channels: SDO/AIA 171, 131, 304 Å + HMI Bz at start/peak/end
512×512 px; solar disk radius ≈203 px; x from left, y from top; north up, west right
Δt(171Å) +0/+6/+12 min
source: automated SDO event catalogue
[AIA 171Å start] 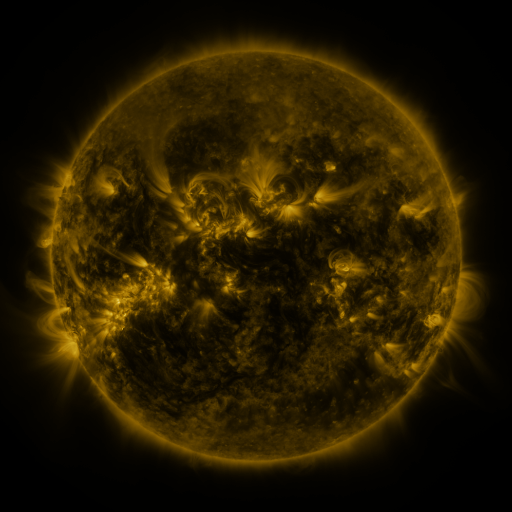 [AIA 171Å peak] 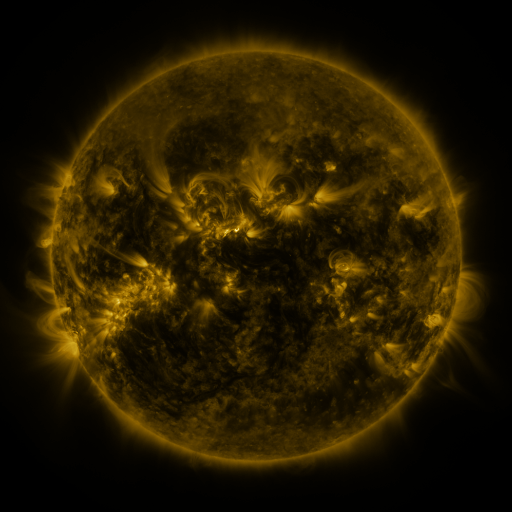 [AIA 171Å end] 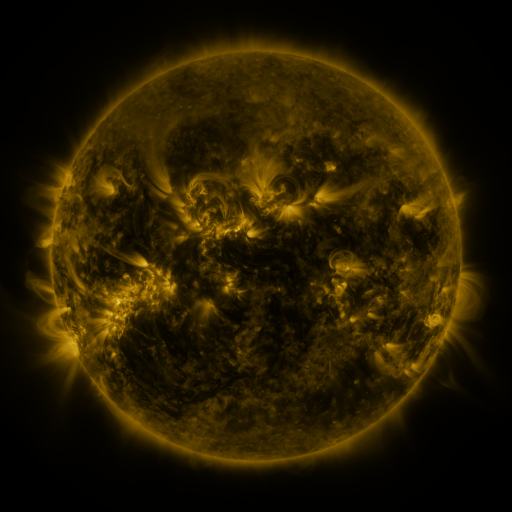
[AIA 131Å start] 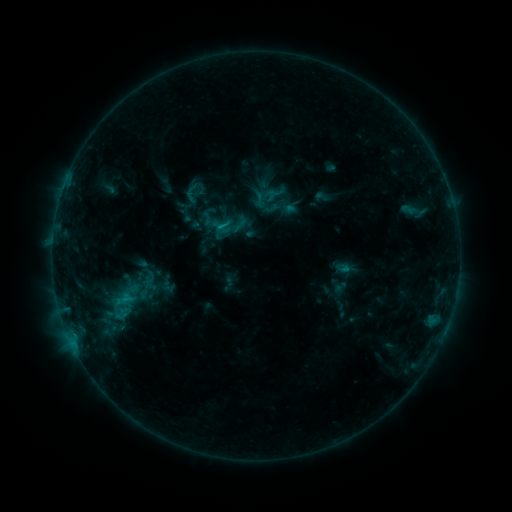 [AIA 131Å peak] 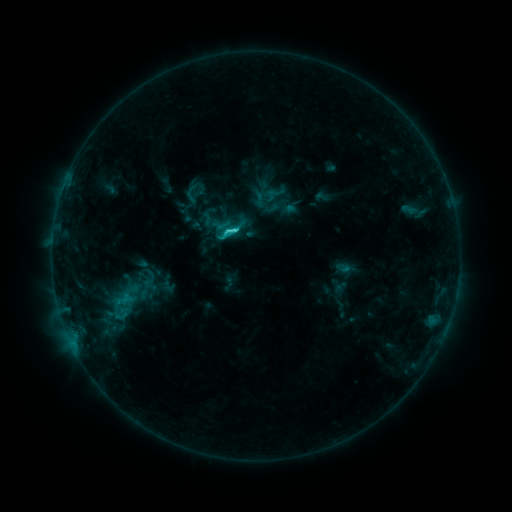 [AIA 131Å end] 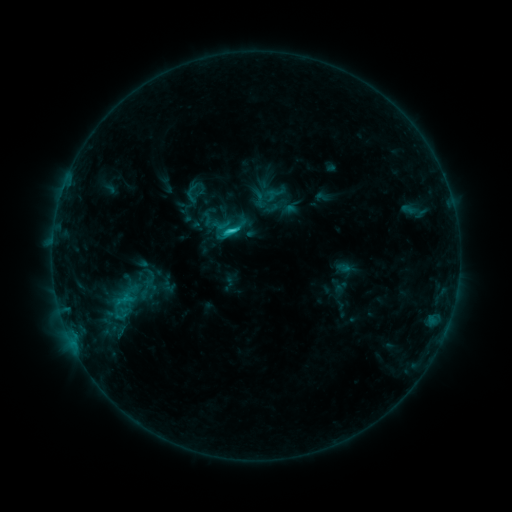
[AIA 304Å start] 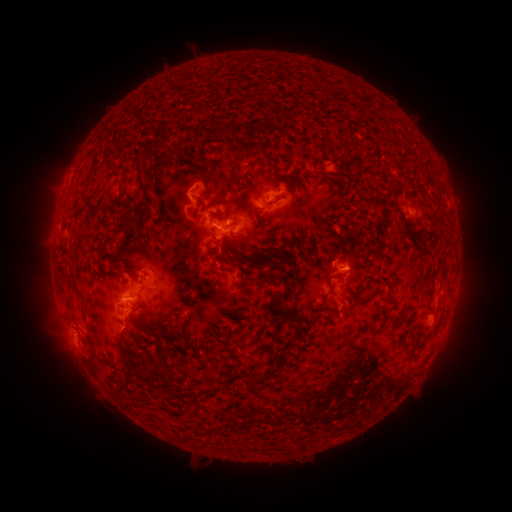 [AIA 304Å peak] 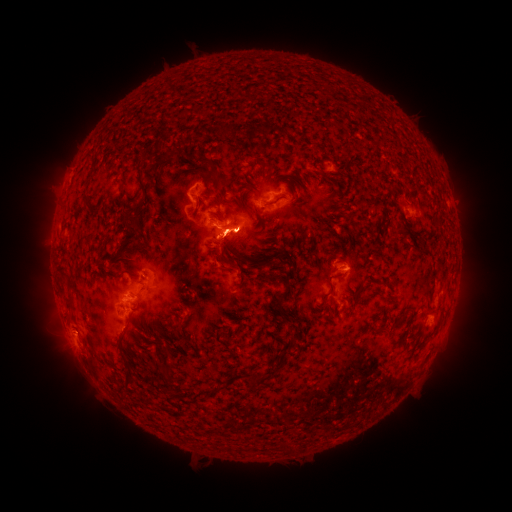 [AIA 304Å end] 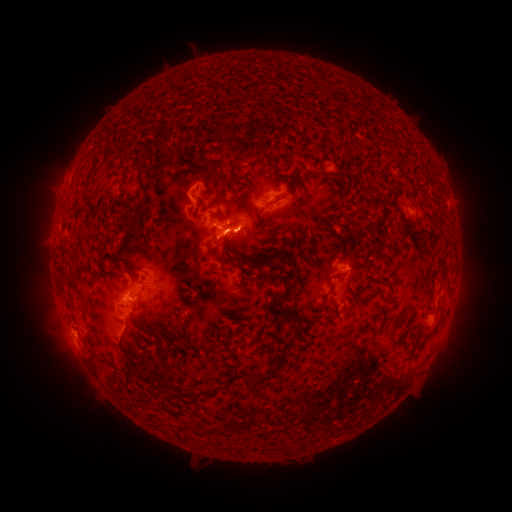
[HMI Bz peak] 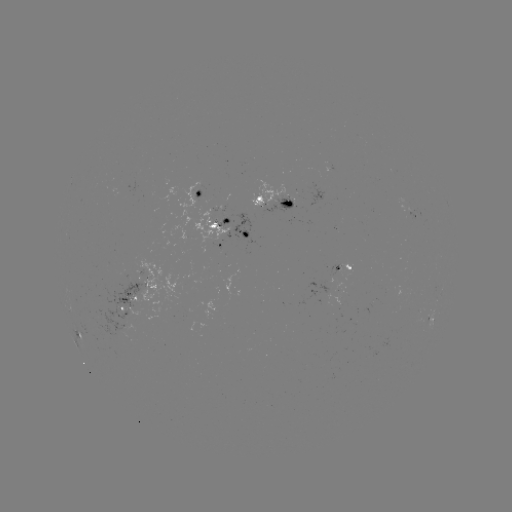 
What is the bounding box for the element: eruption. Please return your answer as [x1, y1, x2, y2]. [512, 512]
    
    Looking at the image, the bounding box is [194, 207, 275, 262].